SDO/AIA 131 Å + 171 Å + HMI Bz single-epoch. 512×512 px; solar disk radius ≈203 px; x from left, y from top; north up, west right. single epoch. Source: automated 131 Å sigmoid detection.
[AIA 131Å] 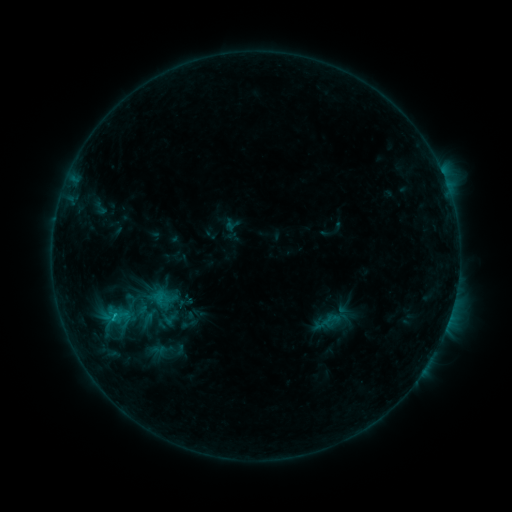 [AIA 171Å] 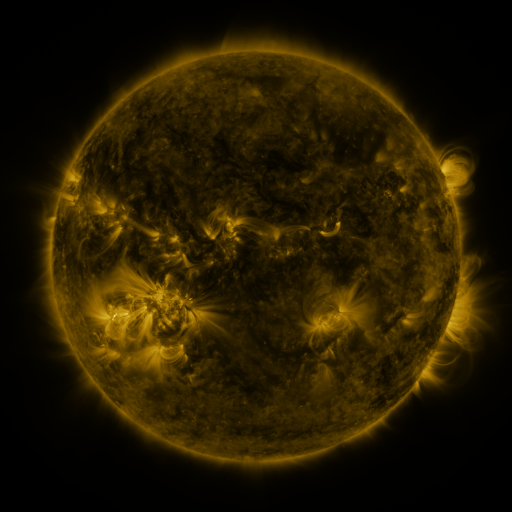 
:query sigmoid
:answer [112, 315]